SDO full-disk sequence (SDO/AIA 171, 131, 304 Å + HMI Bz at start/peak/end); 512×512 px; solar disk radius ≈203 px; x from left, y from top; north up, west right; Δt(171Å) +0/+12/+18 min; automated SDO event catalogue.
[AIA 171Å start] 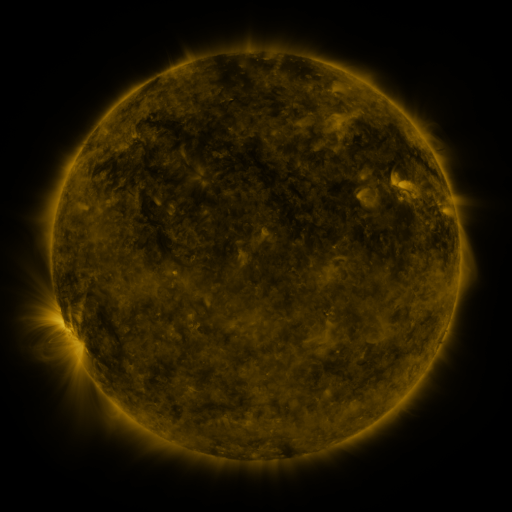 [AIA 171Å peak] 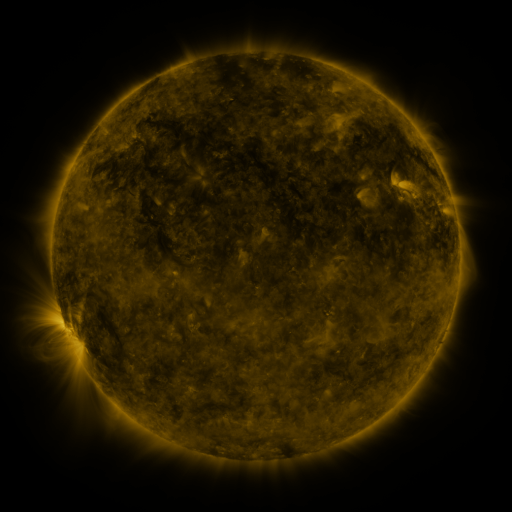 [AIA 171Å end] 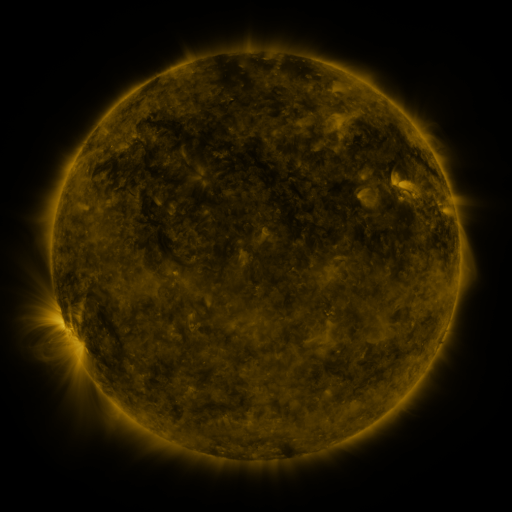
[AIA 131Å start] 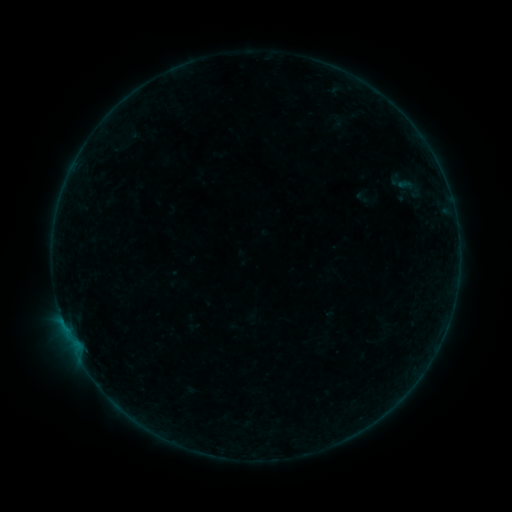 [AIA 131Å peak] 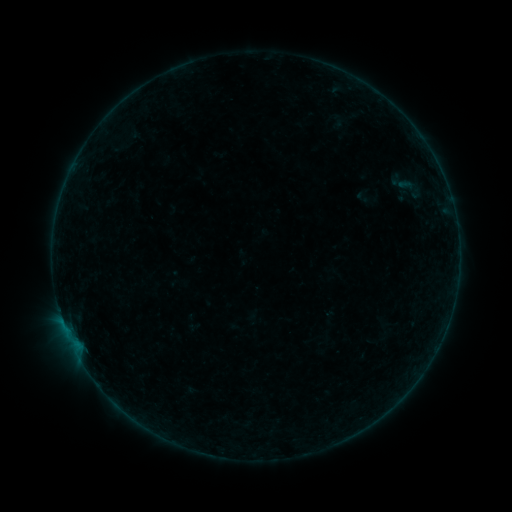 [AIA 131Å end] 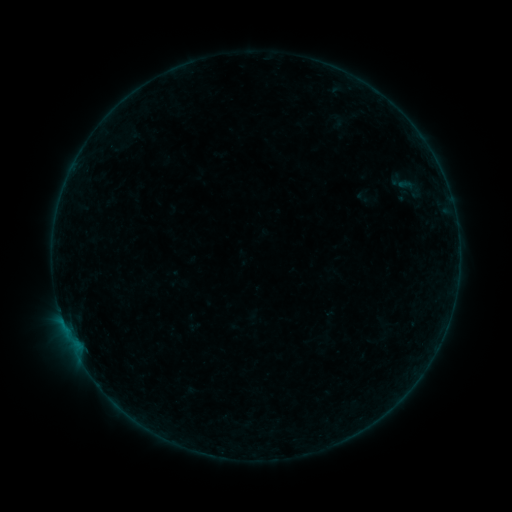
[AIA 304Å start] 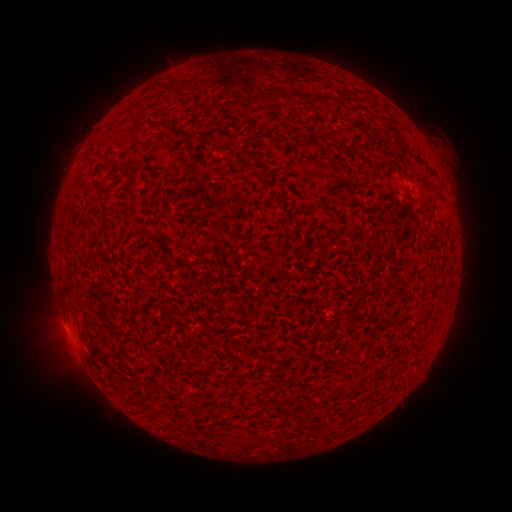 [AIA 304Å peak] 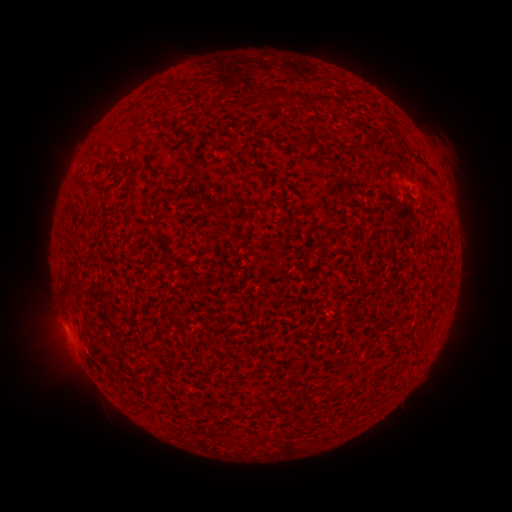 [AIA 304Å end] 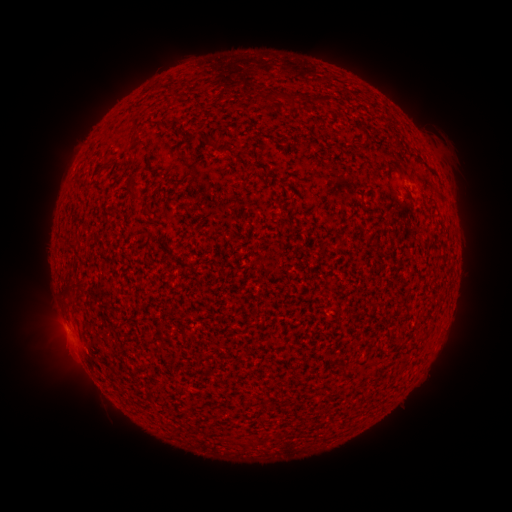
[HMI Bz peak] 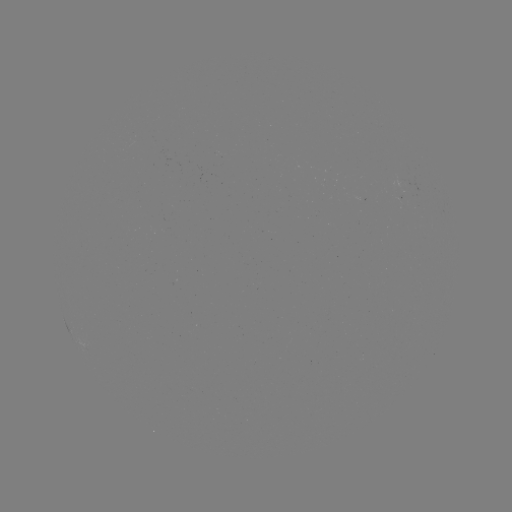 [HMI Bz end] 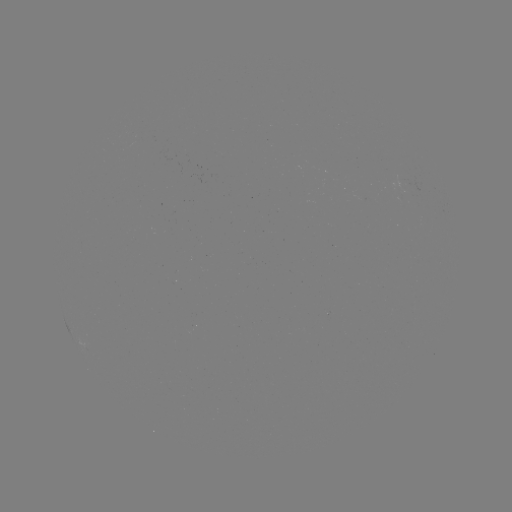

no classed flare was catalogued and no EUV brightening was flagged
